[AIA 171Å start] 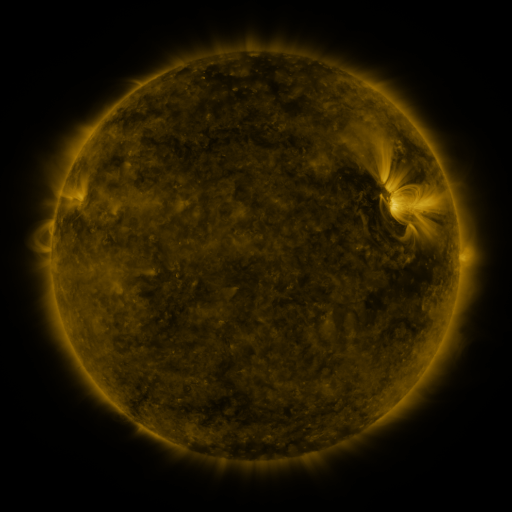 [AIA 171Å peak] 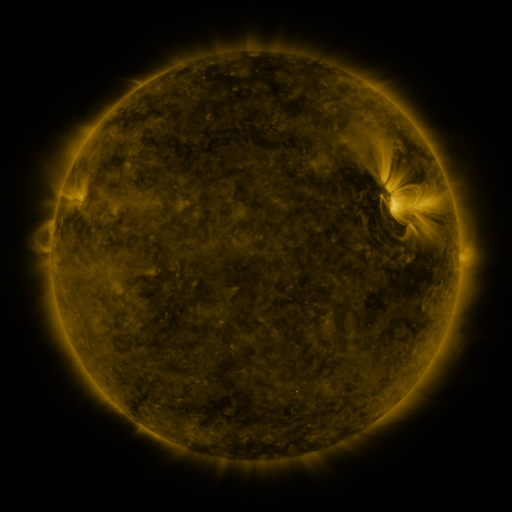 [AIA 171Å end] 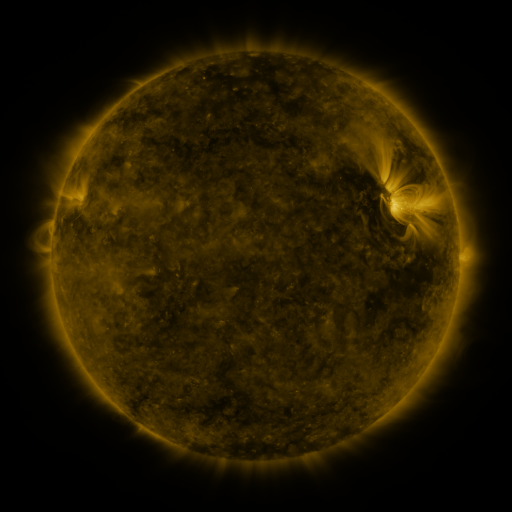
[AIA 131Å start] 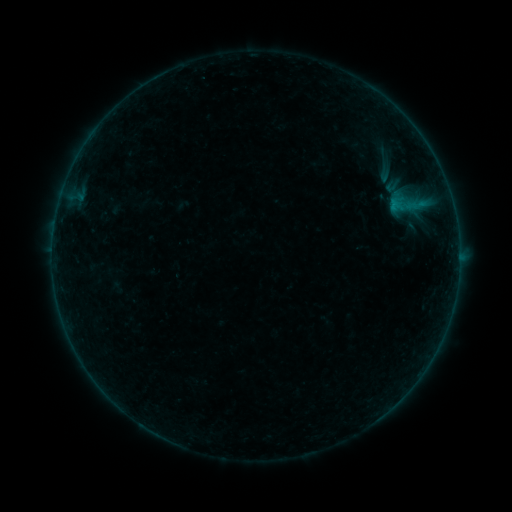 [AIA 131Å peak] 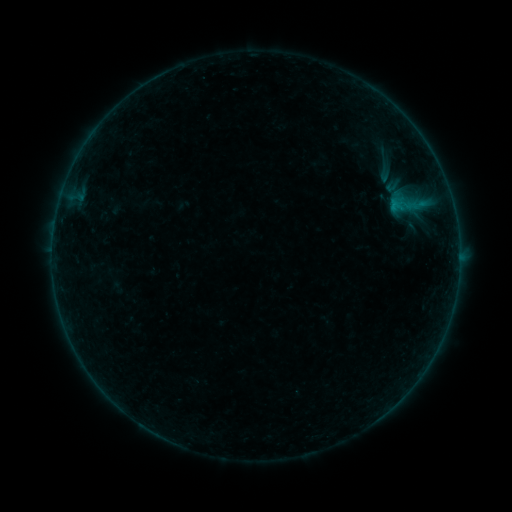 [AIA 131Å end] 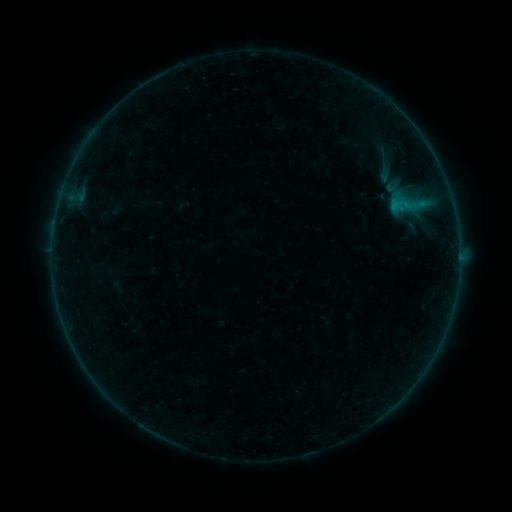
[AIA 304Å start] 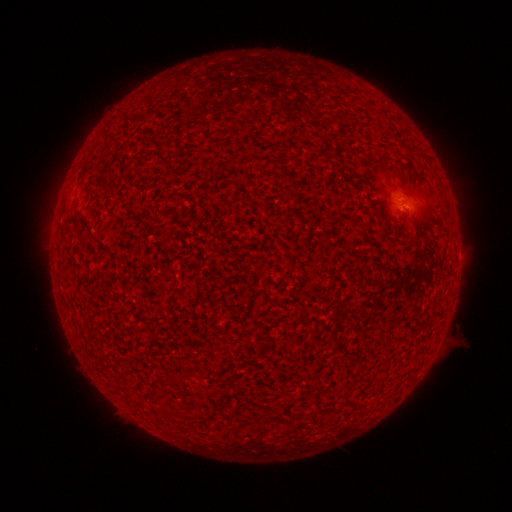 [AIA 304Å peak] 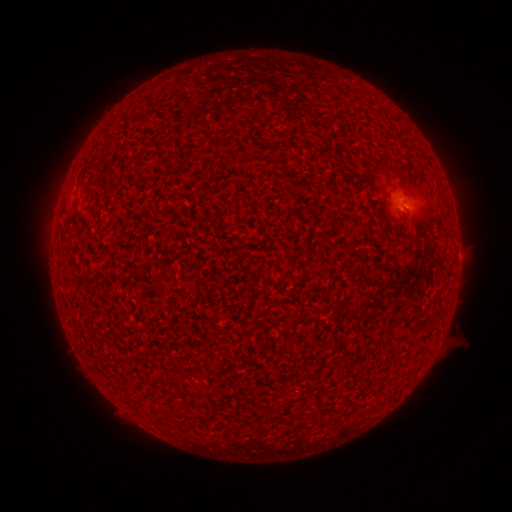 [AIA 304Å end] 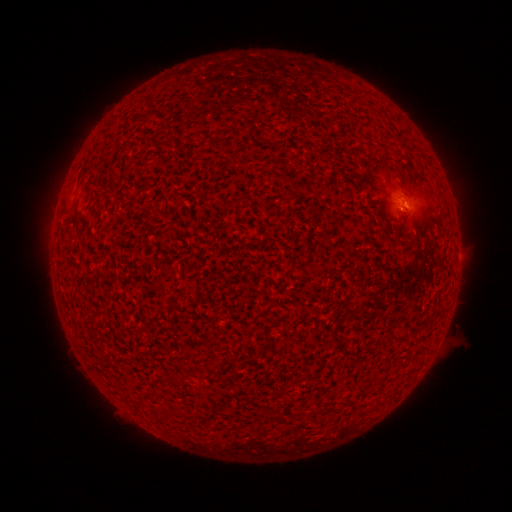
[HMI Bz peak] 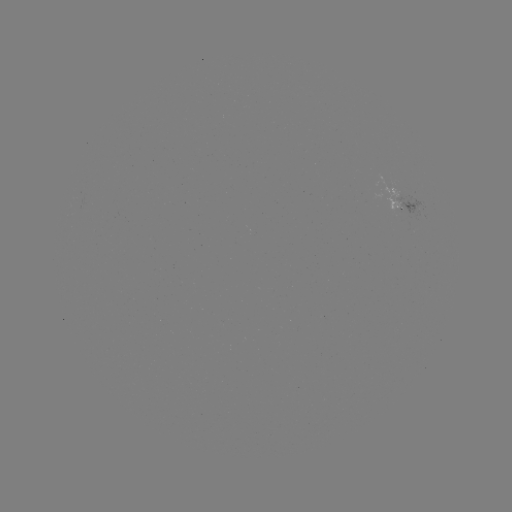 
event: flare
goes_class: B1.6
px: (405, 205)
